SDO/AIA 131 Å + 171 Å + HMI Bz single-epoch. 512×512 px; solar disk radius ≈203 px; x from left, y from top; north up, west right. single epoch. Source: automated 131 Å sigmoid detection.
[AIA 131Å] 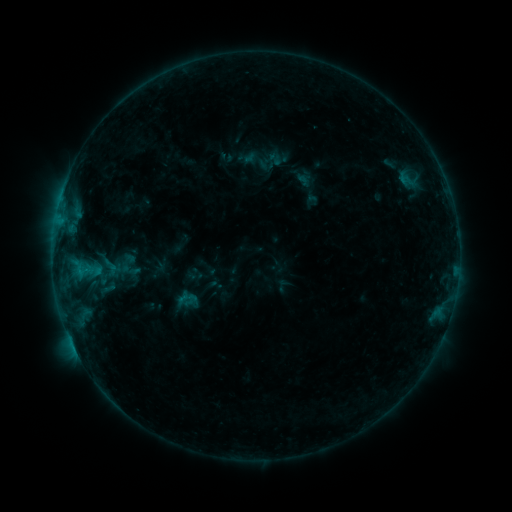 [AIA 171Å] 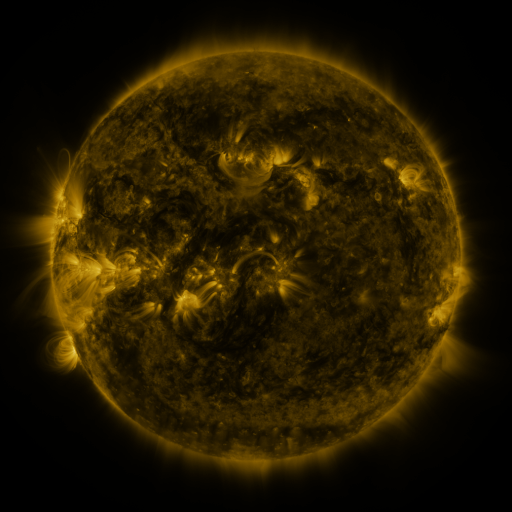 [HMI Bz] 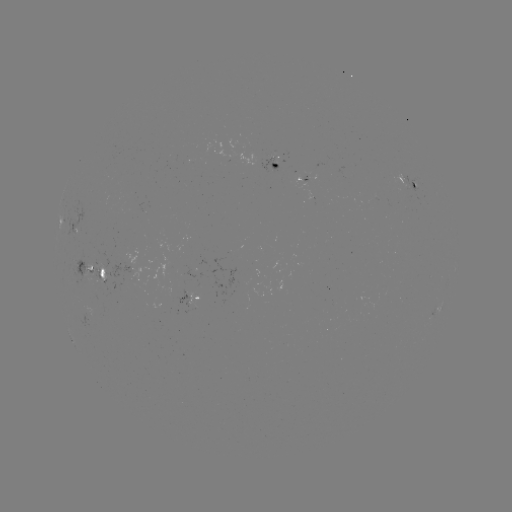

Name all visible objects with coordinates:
sigmoid: (108, 288)
